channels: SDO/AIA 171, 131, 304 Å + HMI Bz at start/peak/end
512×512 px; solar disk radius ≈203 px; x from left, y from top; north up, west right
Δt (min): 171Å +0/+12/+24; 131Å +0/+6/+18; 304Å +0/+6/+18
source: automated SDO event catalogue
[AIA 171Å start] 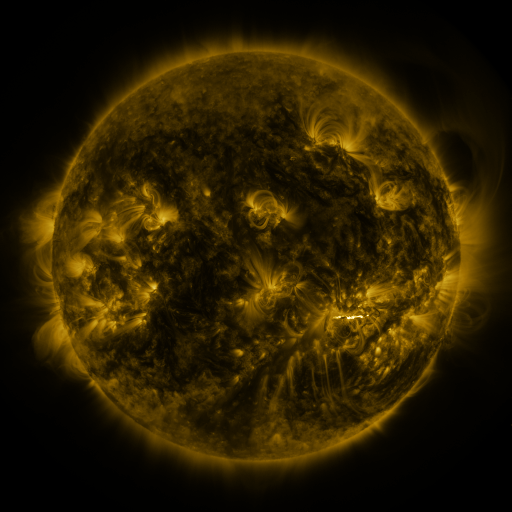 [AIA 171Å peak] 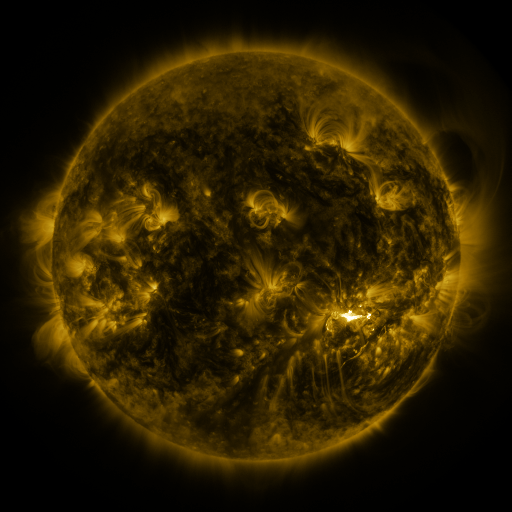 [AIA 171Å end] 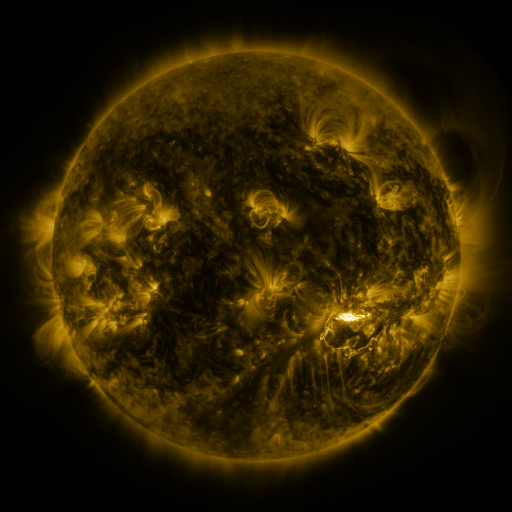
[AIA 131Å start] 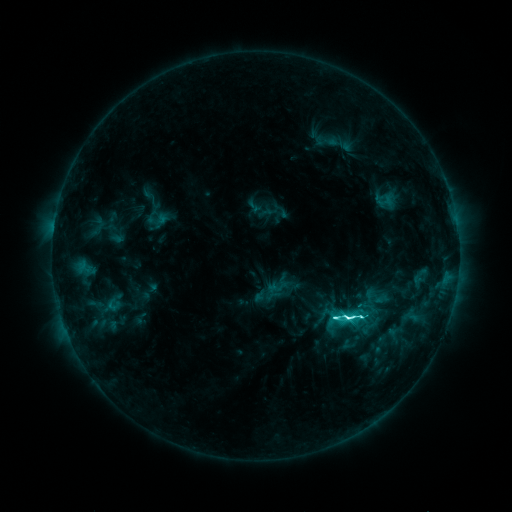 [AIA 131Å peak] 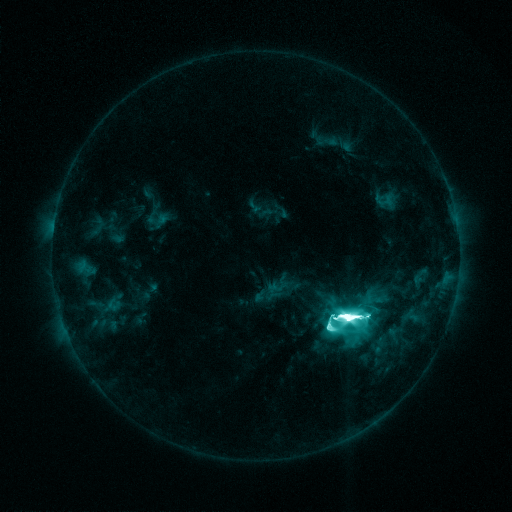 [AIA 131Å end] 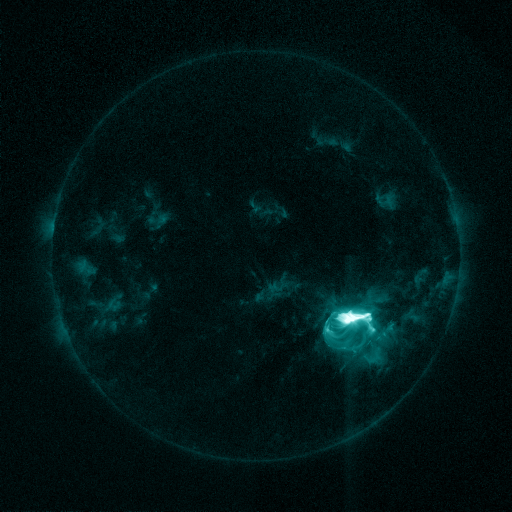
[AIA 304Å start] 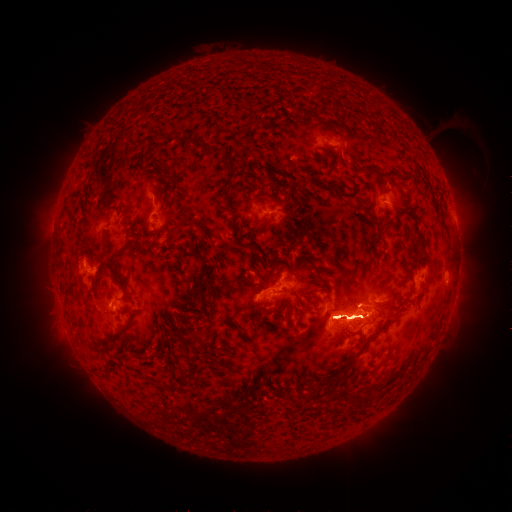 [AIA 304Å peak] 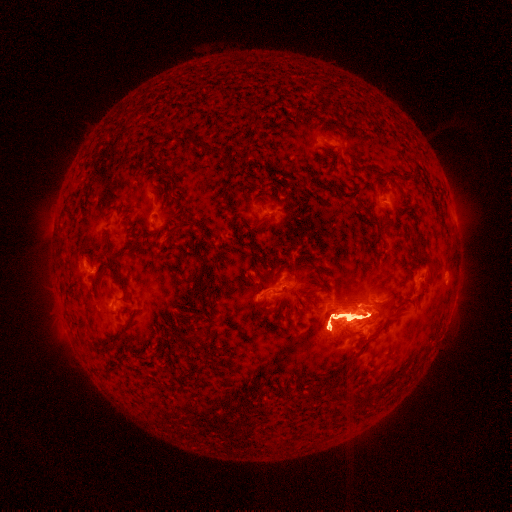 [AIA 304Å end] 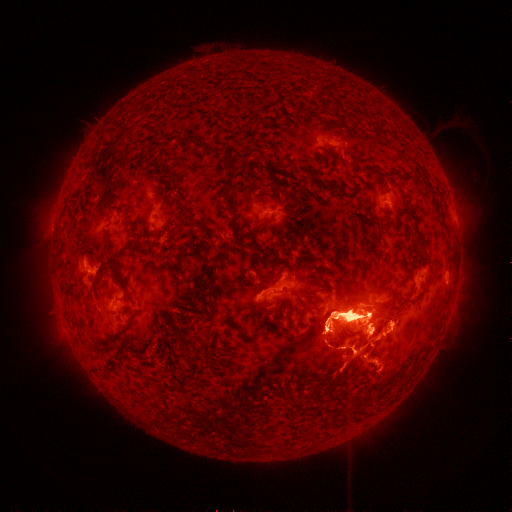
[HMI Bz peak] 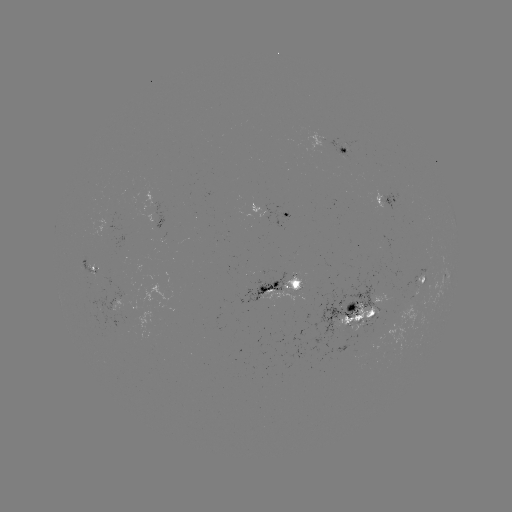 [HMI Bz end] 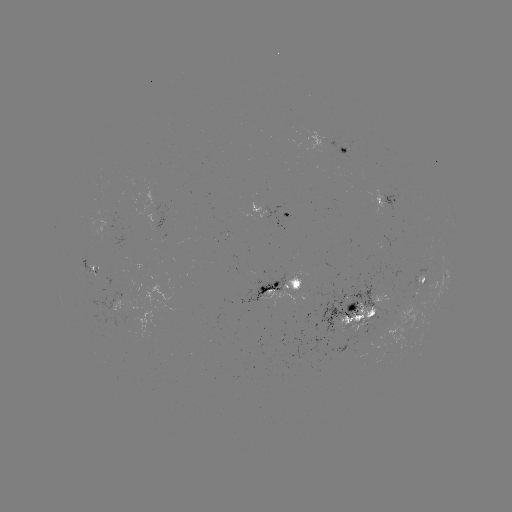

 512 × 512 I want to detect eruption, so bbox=[324, 236, 373, 268].